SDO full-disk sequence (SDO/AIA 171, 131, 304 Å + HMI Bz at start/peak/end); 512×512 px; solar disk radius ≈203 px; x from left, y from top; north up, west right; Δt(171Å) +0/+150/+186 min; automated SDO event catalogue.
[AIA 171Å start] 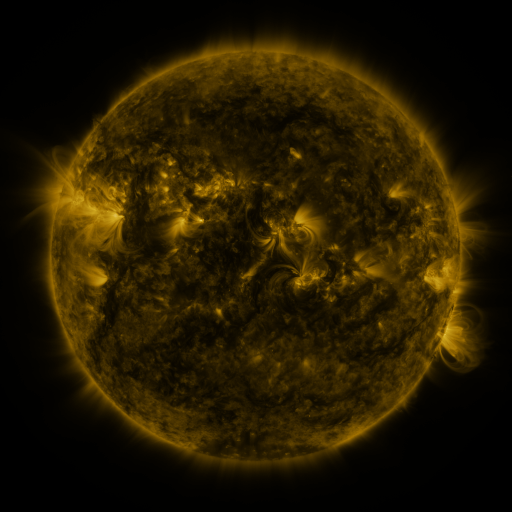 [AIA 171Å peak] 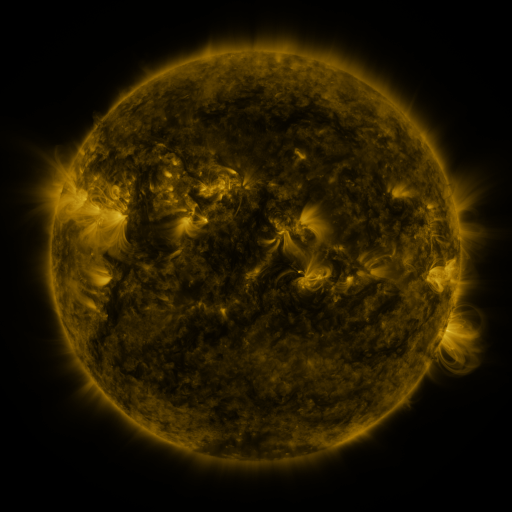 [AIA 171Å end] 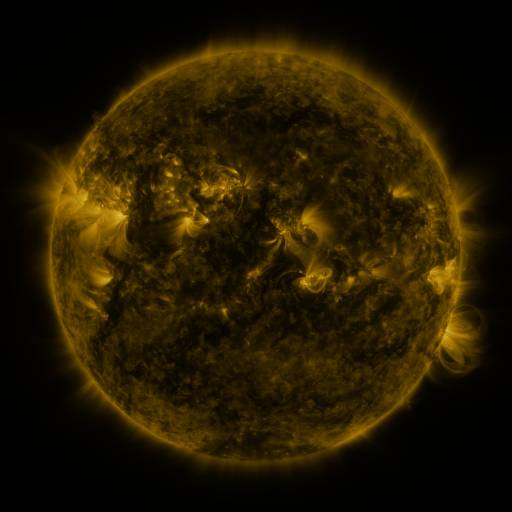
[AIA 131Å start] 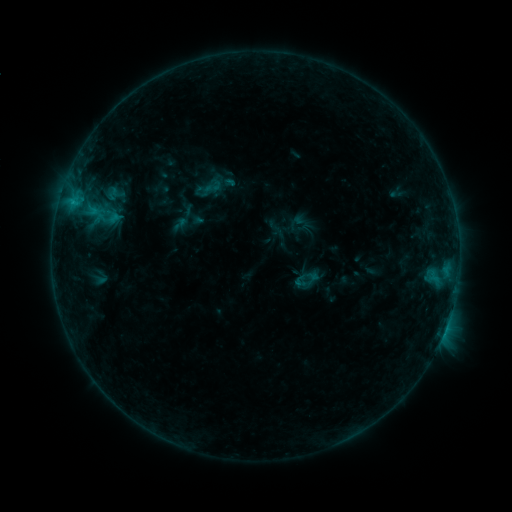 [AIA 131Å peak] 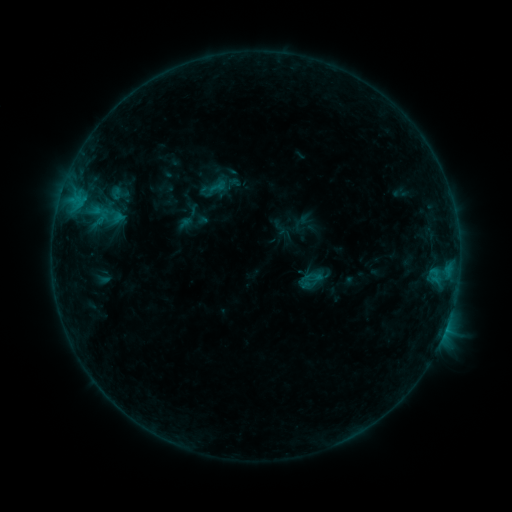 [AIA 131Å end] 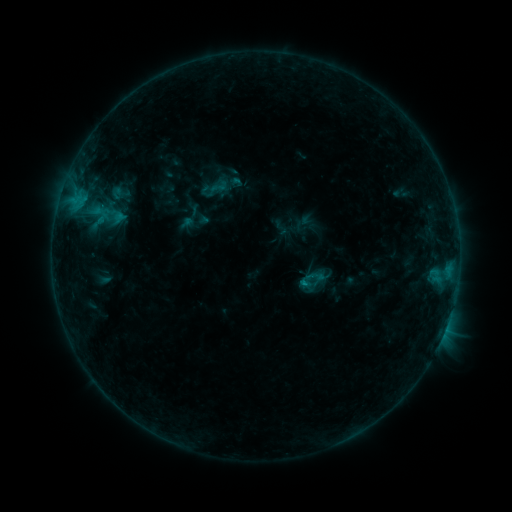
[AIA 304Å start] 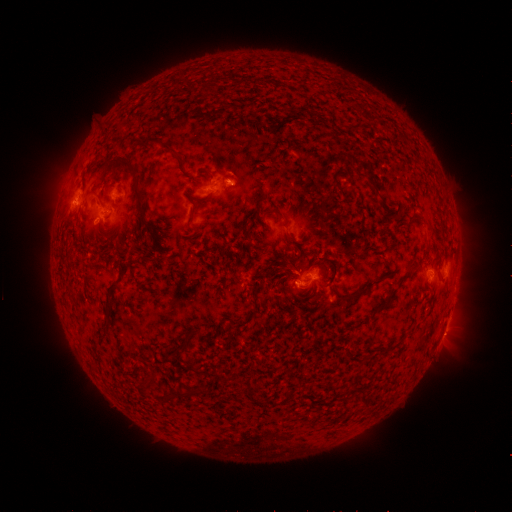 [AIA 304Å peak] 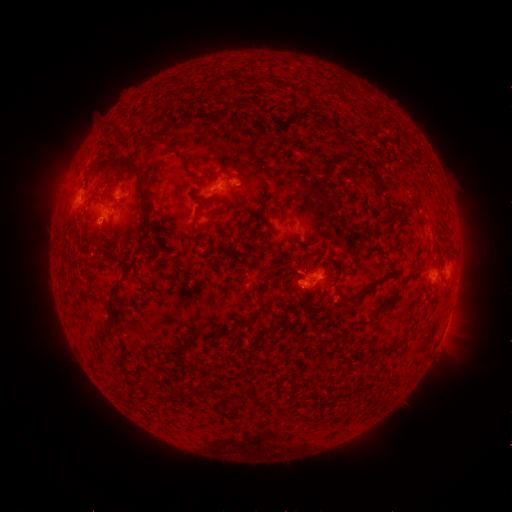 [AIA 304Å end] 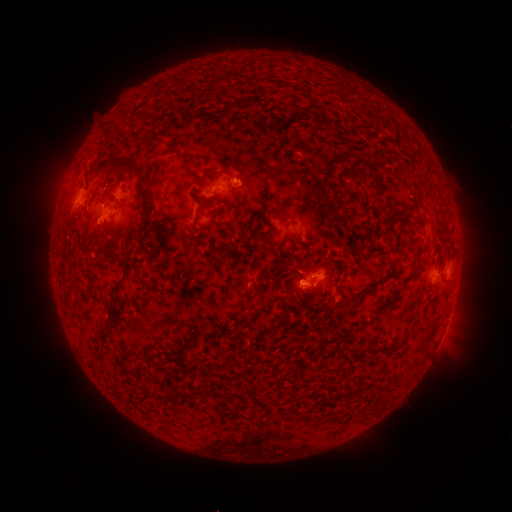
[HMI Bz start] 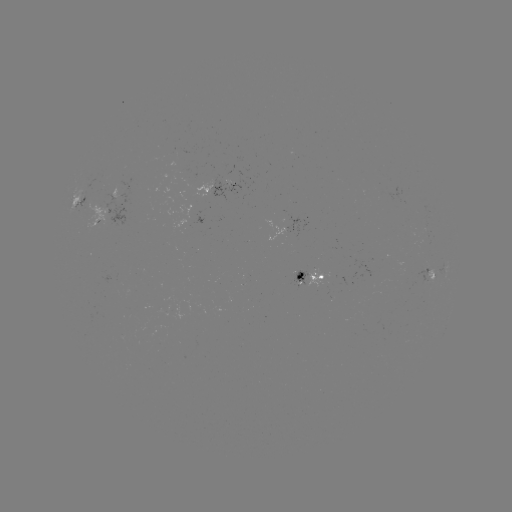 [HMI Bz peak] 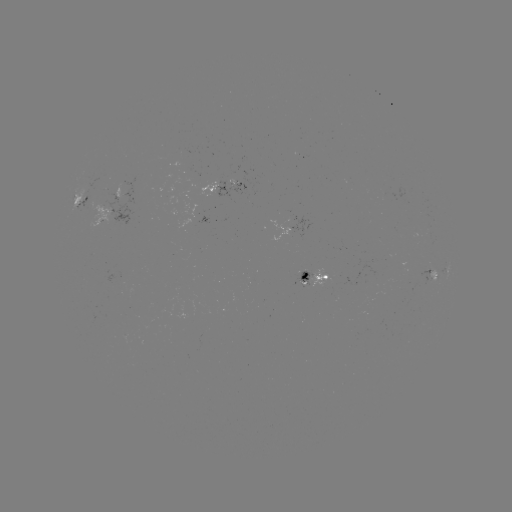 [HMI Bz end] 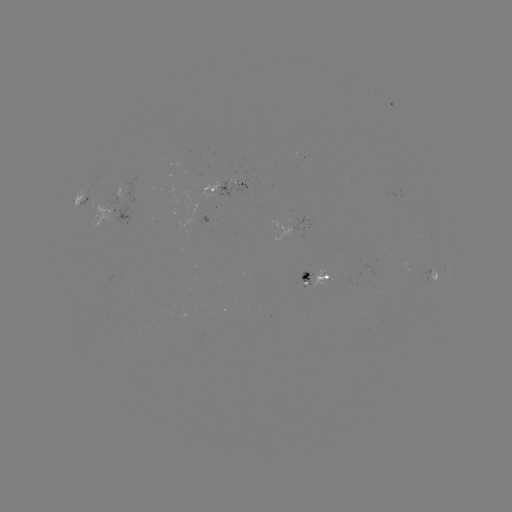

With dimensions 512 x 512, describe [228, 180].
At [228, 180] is emerging-flux region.